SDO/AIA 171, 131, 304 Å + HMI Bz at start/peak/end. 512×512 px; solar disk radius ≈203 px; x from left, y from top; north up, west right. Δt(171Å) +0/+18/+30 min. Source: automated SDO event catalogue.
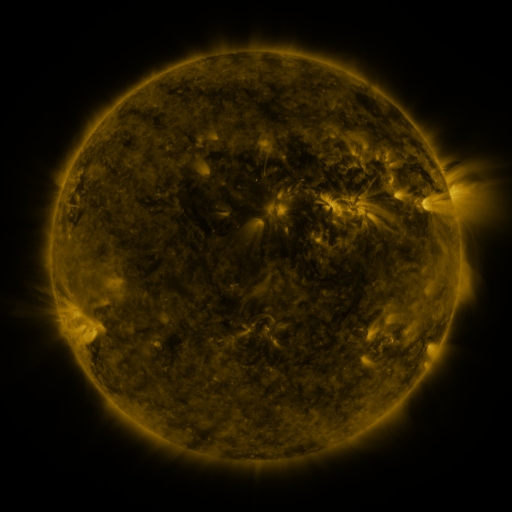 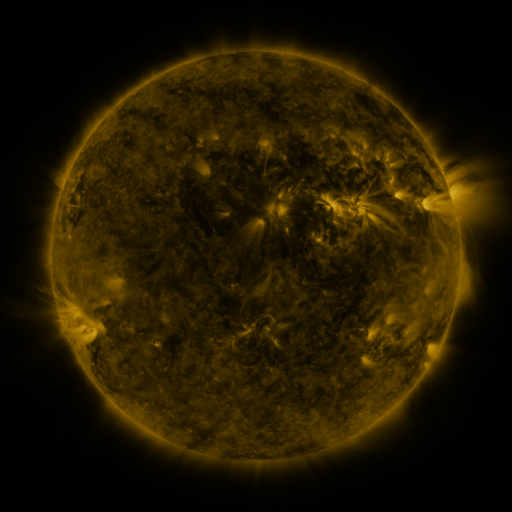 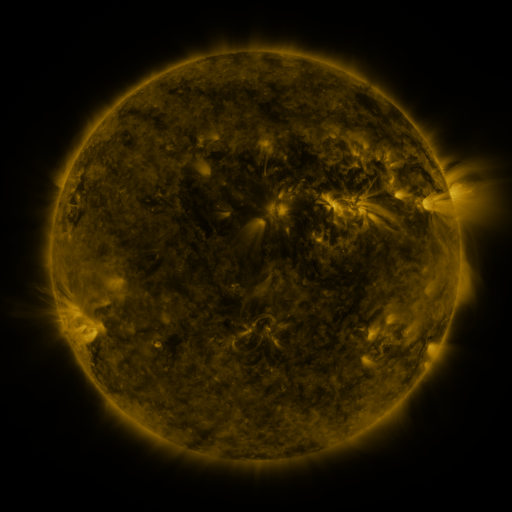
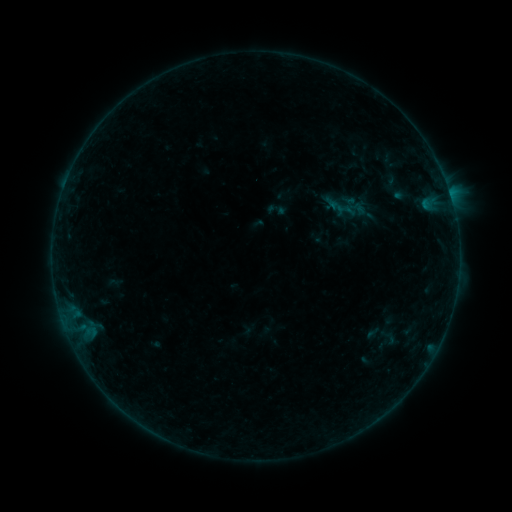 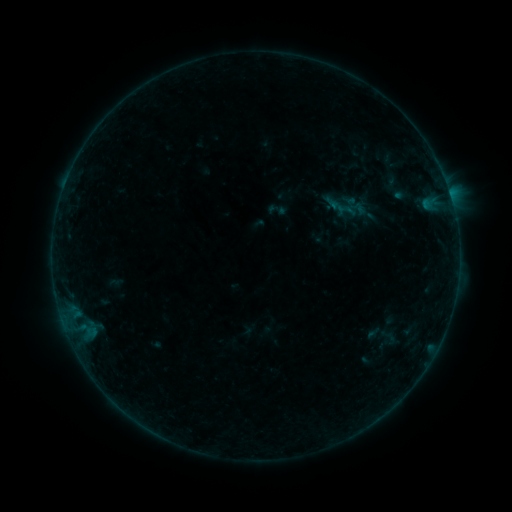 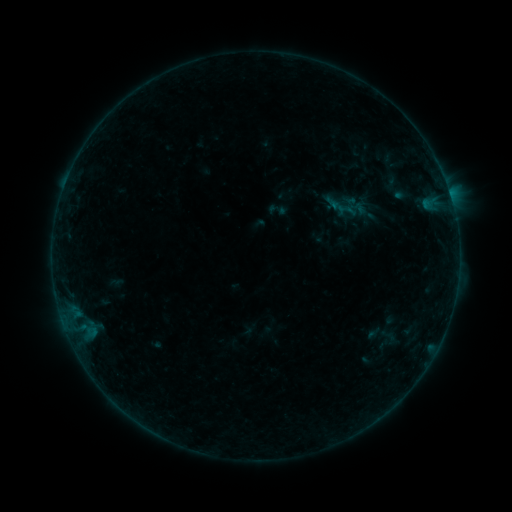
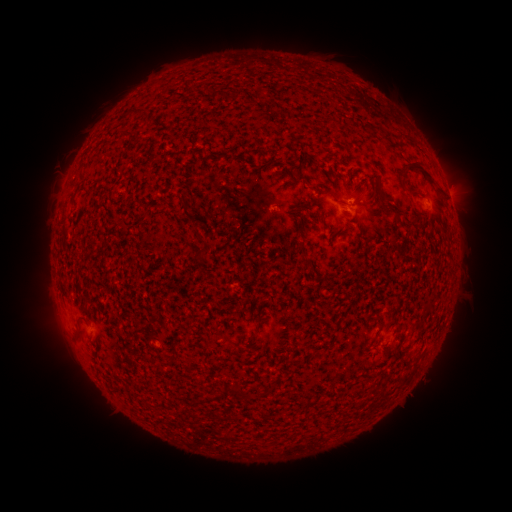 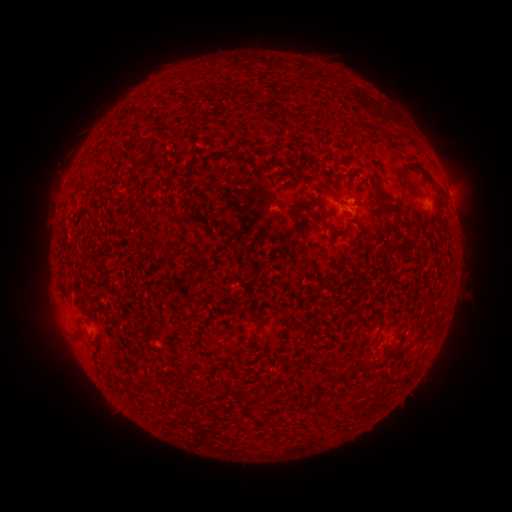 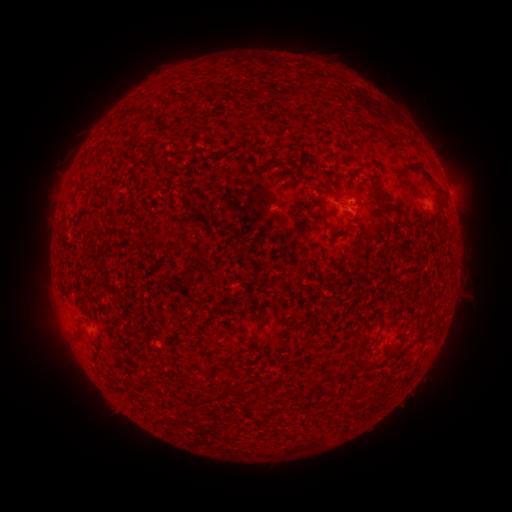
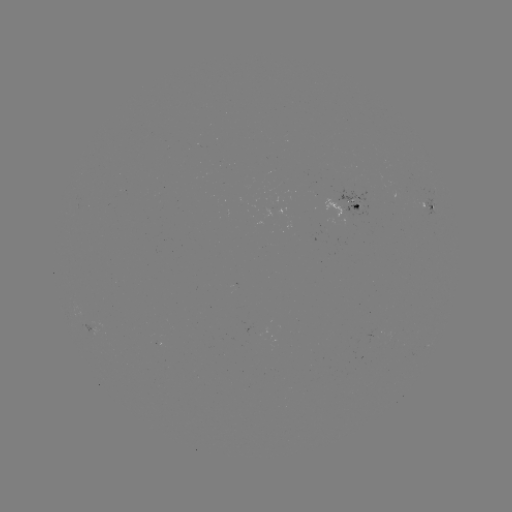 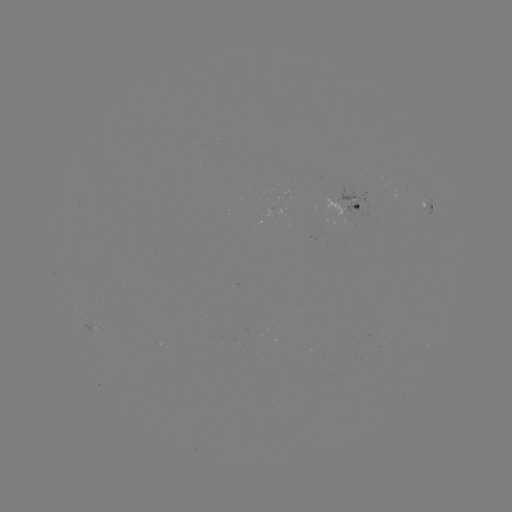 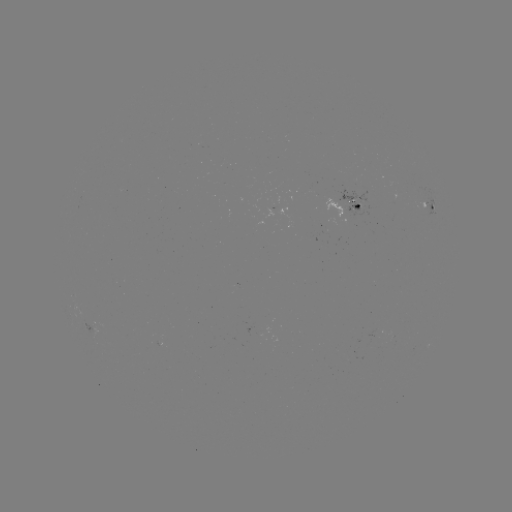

no classed flare was catalogued and no EUV brightening was flagged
